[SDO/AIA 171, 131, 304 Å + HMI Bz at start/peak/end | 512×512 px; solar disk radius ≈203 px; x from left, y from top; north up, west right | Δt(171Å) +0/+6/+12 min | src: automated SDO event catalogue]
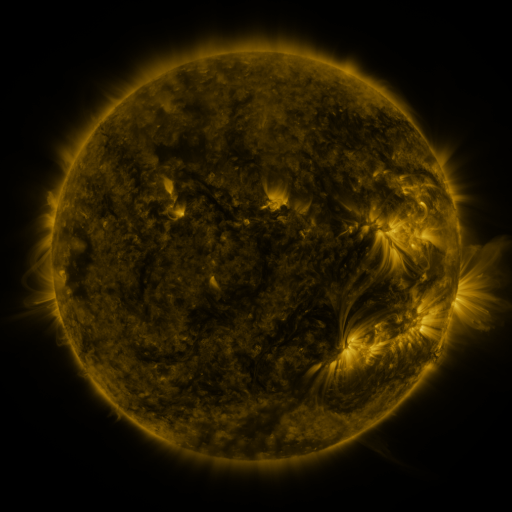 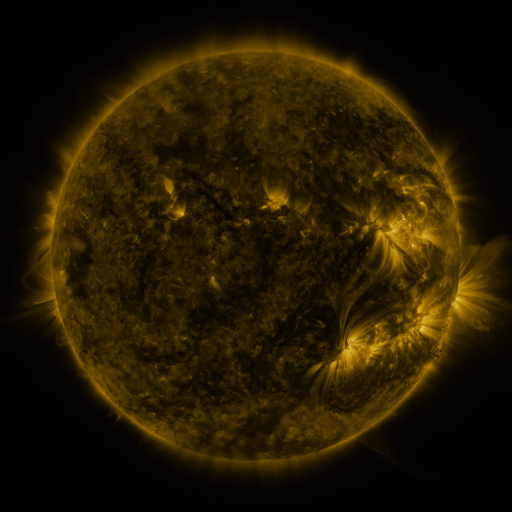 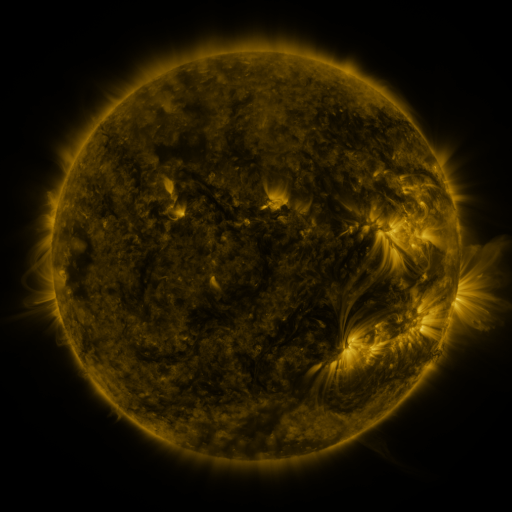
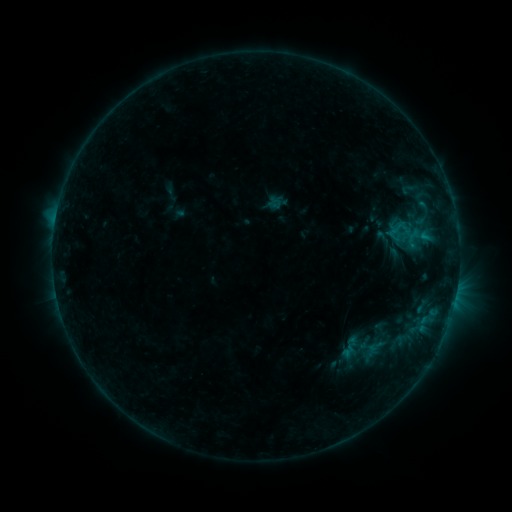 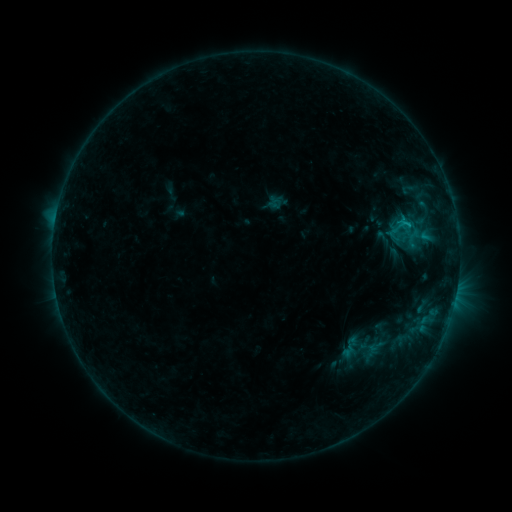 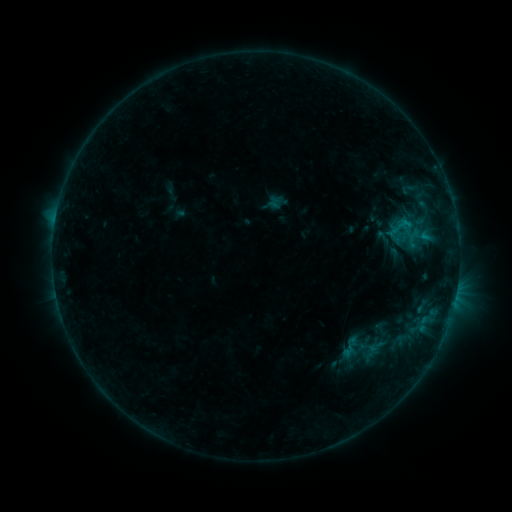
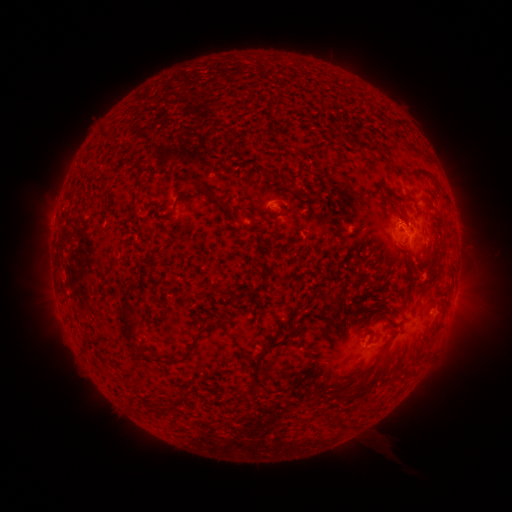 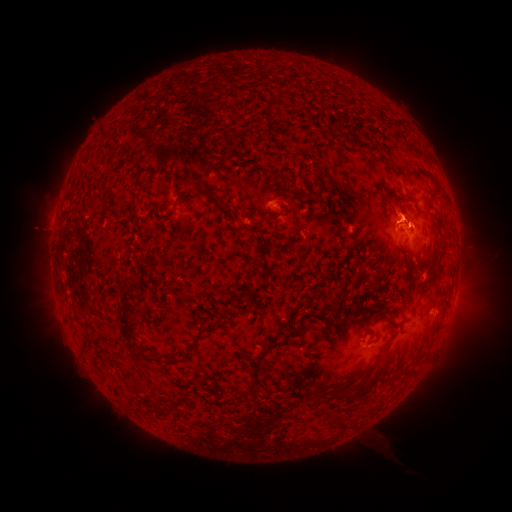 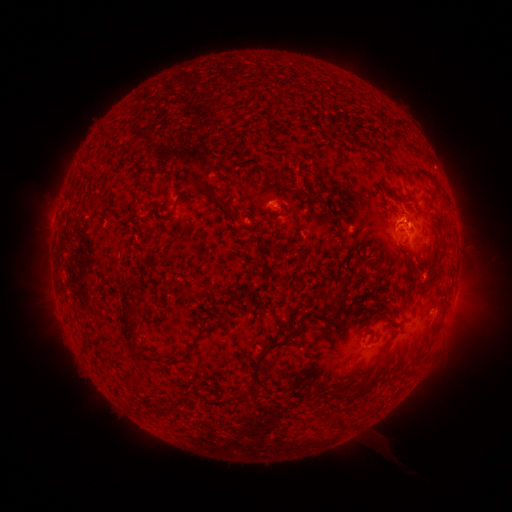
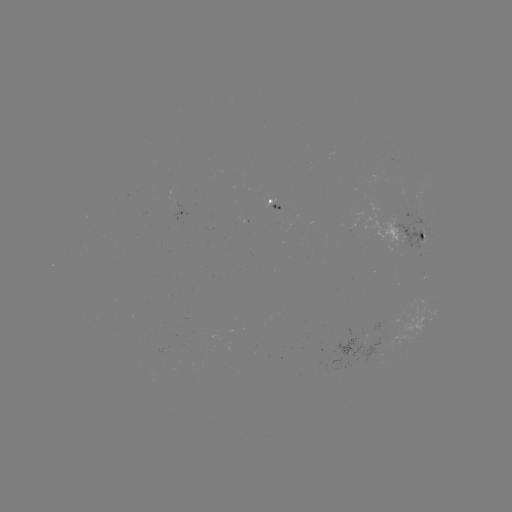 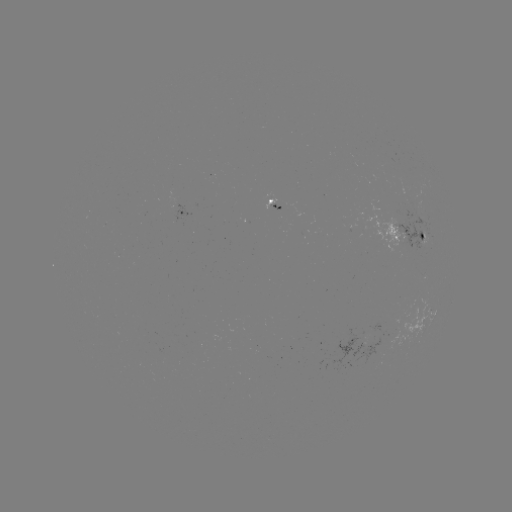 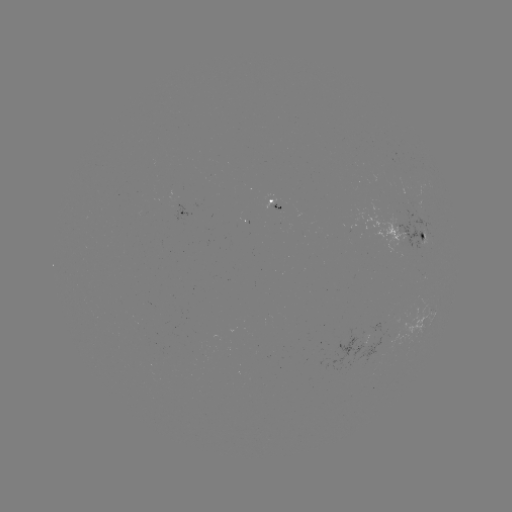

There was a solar flare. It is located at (406, 224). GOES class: C1.0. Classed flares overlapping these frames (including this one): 1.